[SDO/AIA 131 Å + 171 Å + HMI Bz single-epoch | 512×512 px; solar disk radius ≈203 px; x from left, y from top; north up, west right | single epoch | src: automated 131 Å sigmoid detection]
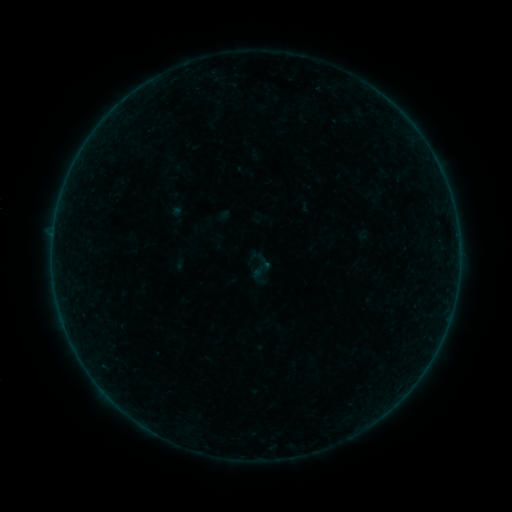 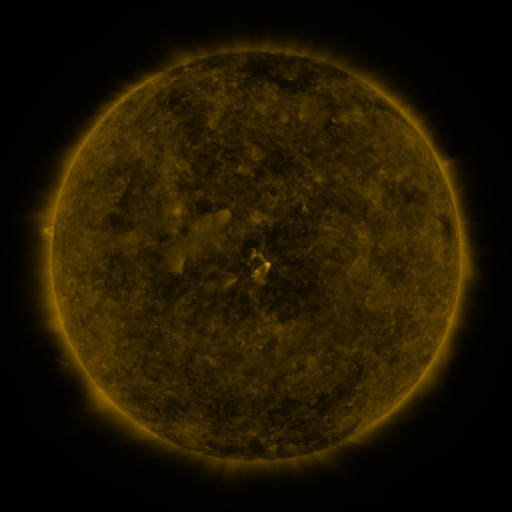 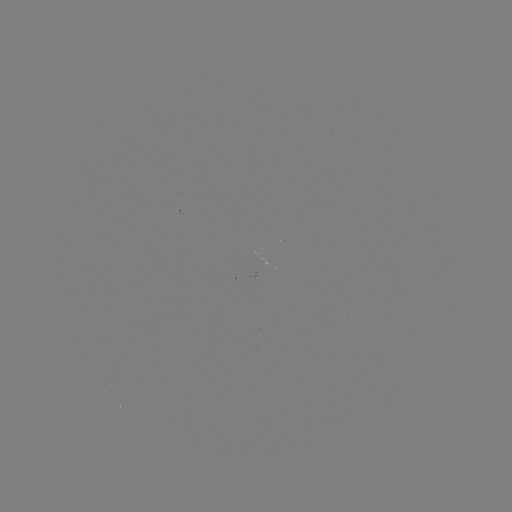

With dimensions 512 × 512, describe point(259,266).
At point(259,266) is sigmoid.